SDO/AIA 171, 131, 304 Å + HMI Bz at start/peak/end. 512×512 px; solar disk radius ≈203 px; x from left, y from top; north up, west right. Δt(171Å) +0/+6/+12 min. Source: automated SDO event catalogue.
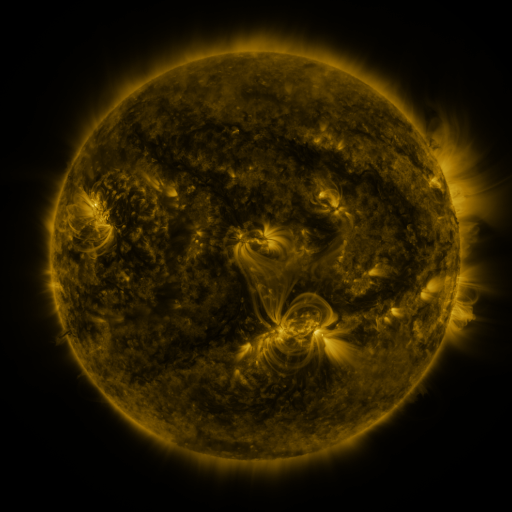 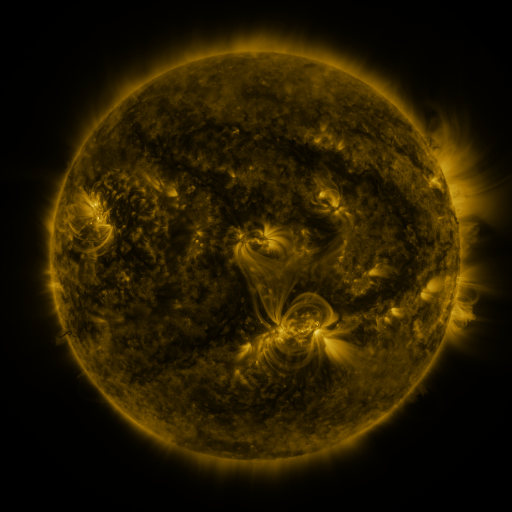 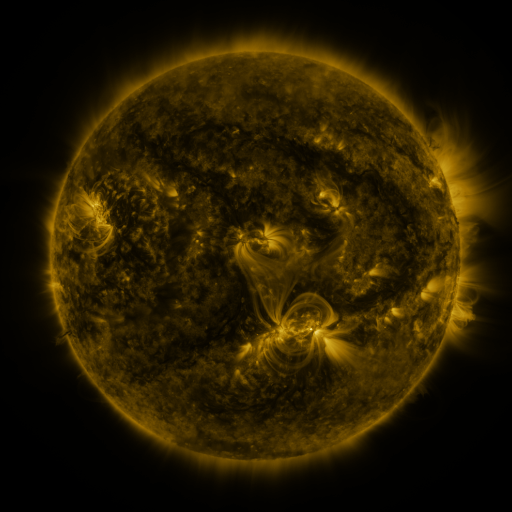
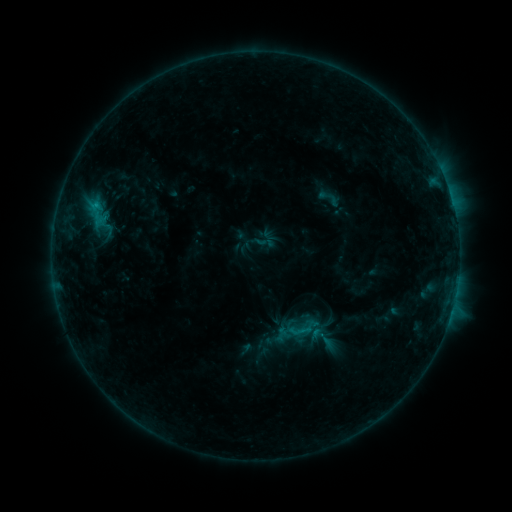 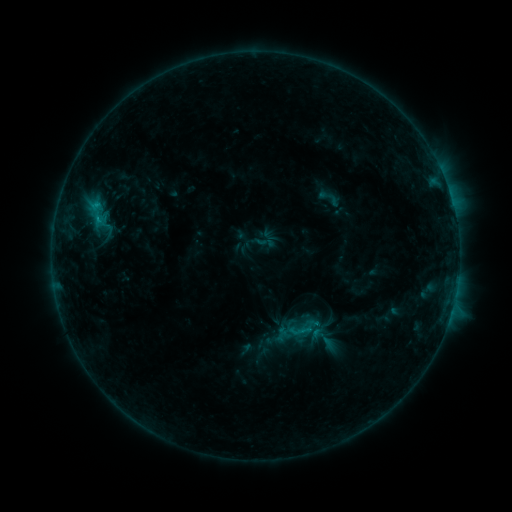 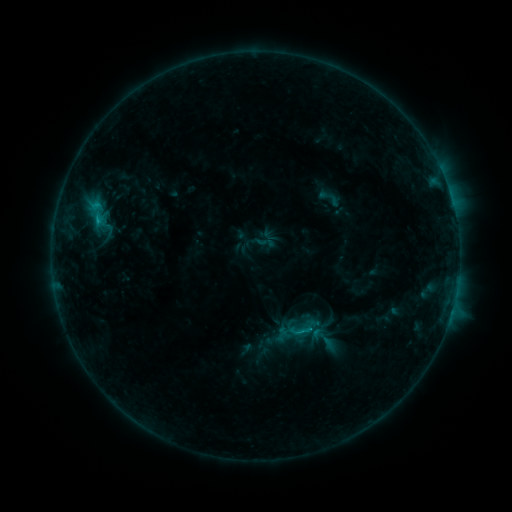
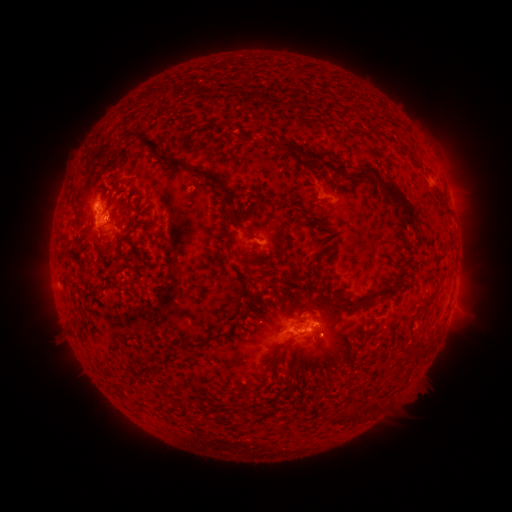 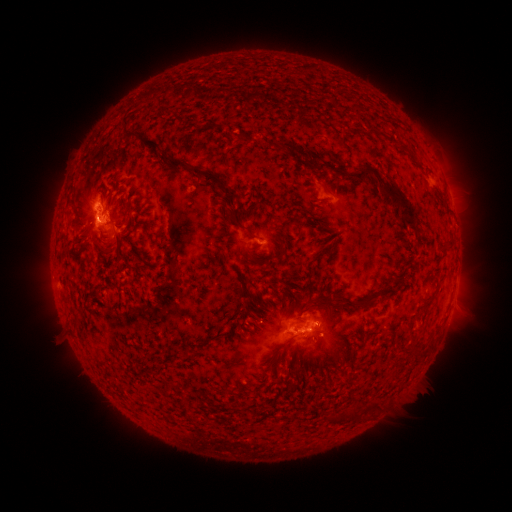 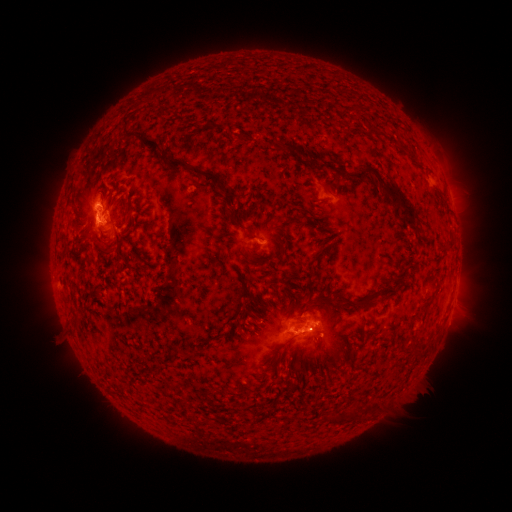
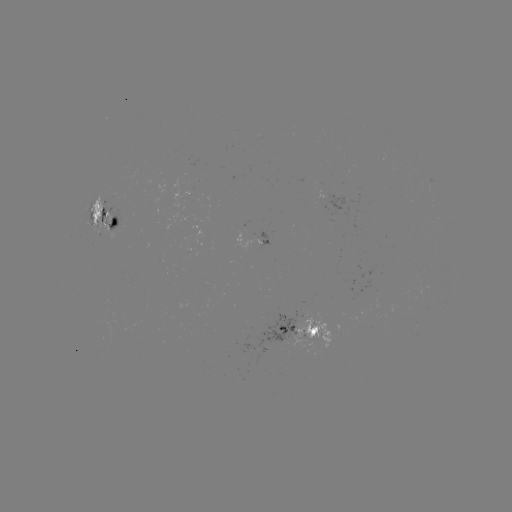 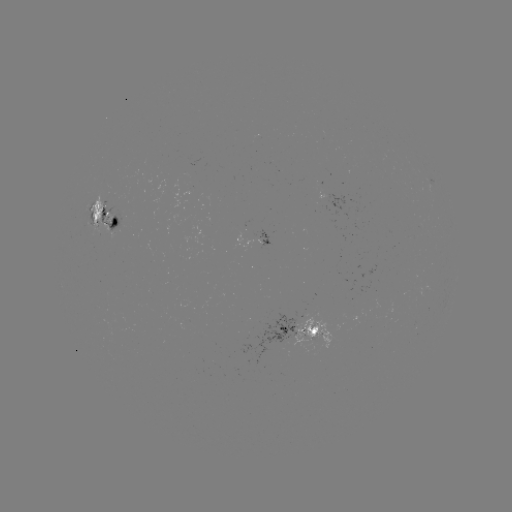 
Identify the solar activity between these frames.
C1.1 flare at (96, 206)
